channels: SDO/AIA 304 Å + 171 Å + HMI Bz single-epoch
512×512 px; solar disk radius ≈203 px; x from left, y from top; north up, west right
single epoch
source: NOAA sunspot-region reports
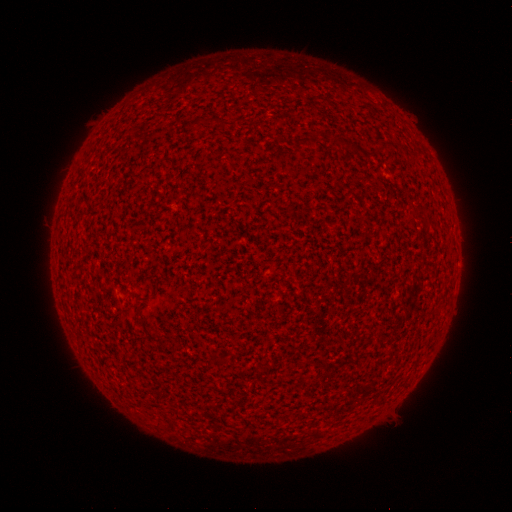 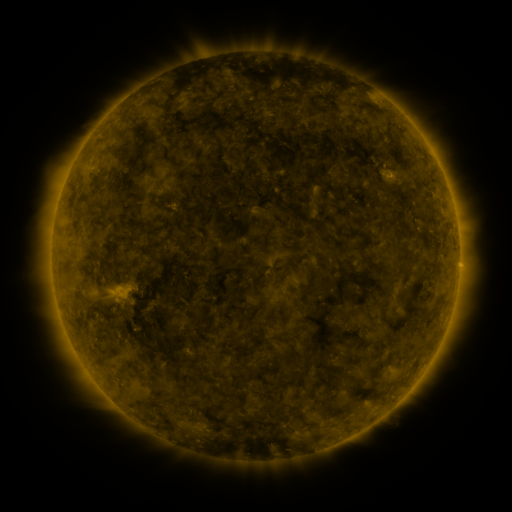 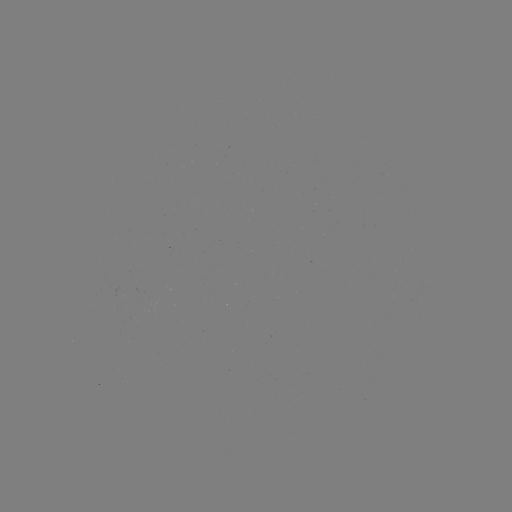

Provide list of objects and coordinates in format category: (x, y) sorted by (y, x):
(none)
